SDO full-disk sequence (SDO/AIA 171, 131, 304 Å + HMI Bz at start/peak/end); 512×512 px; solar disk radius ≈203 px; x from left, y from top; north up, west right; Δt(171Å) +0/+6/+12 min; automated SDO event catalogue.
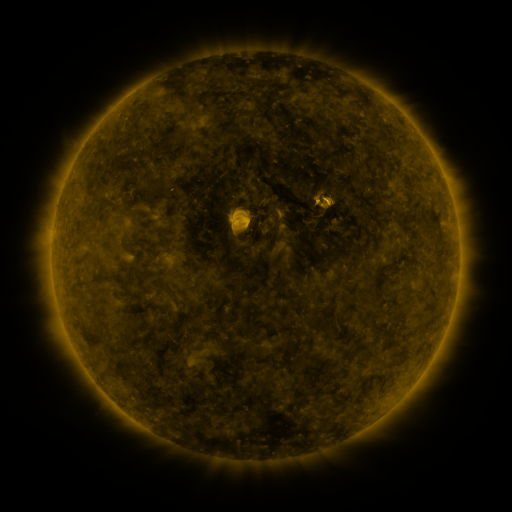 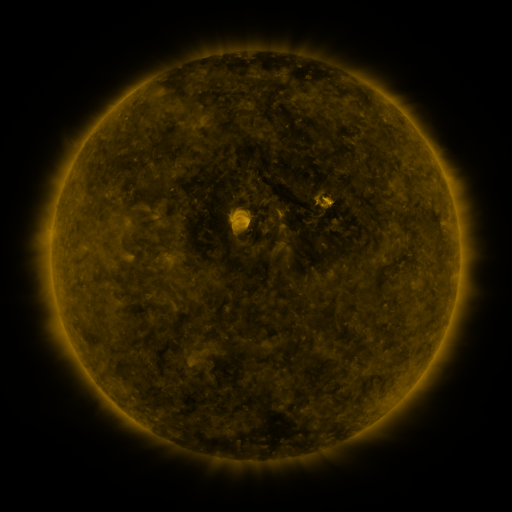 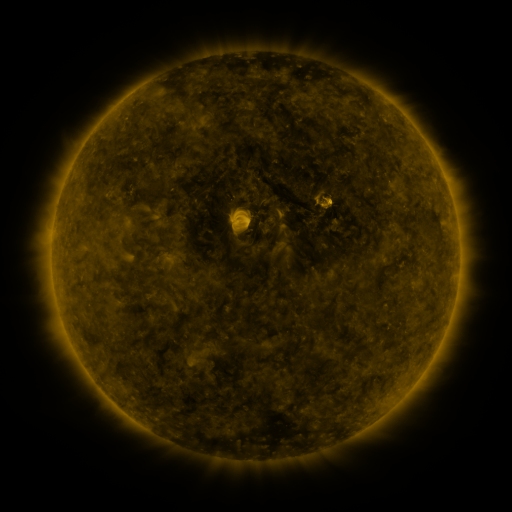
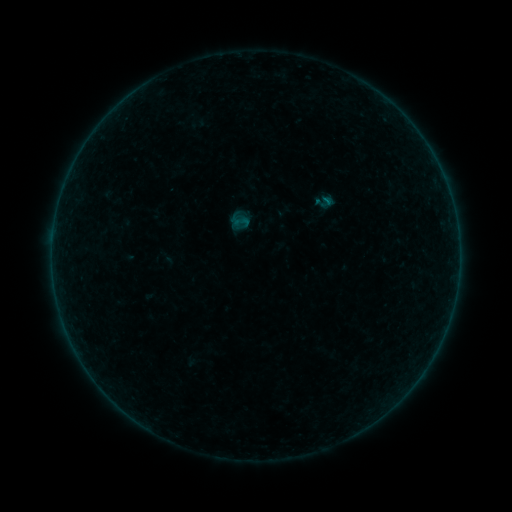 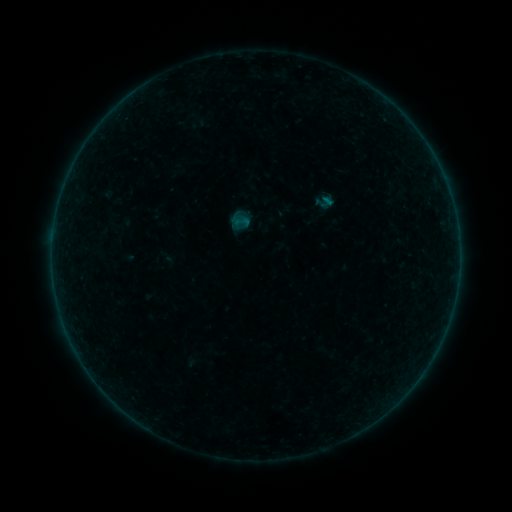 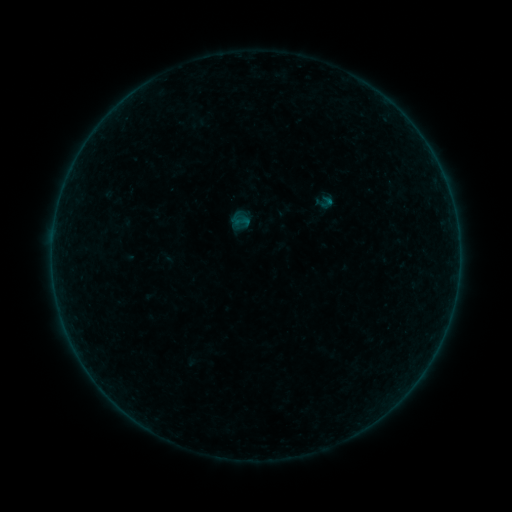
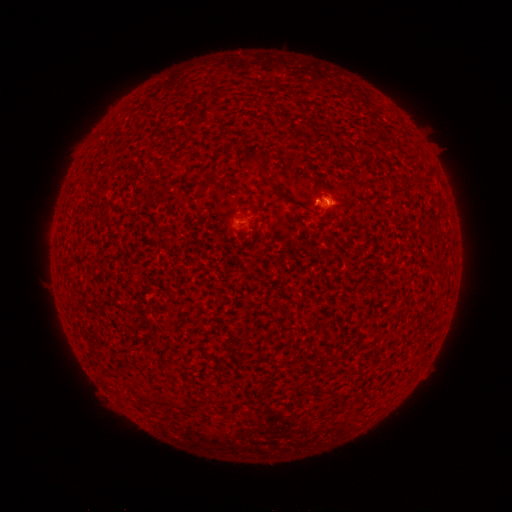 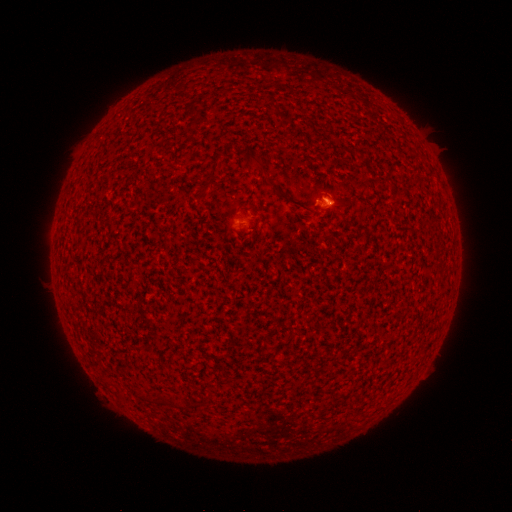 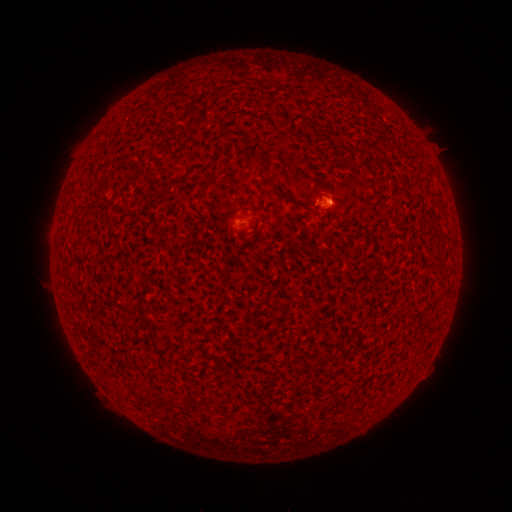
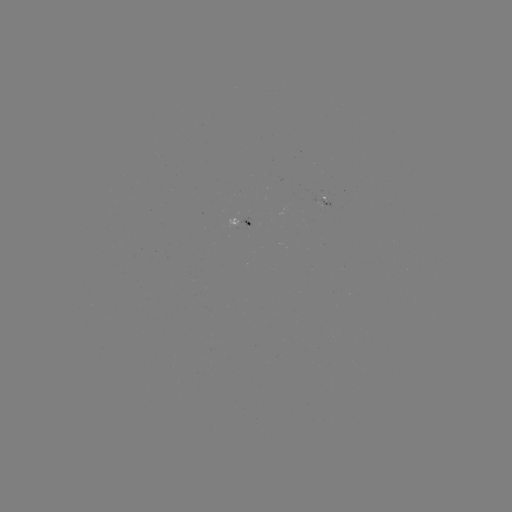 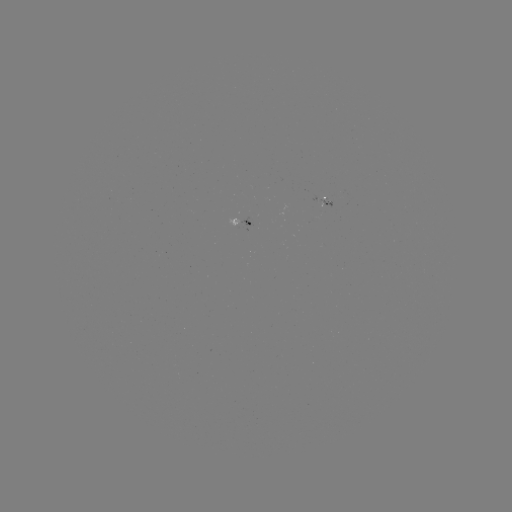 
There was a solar flare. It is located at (328, 204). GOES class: A1.2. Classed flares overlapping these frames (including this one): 1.